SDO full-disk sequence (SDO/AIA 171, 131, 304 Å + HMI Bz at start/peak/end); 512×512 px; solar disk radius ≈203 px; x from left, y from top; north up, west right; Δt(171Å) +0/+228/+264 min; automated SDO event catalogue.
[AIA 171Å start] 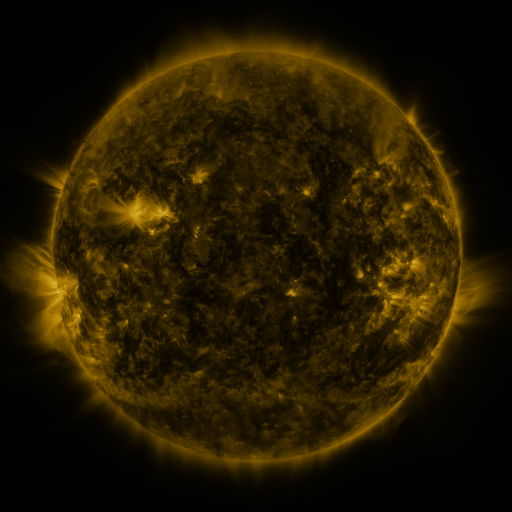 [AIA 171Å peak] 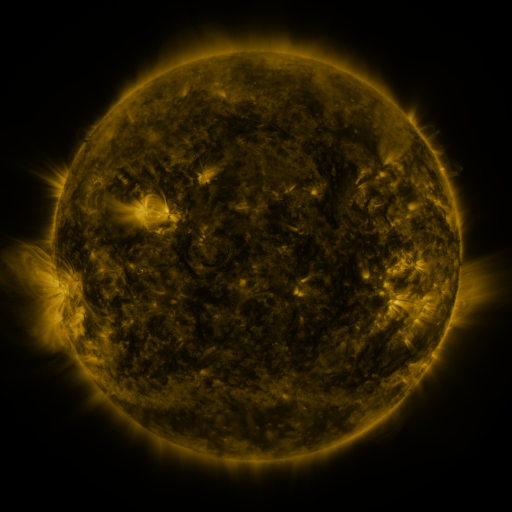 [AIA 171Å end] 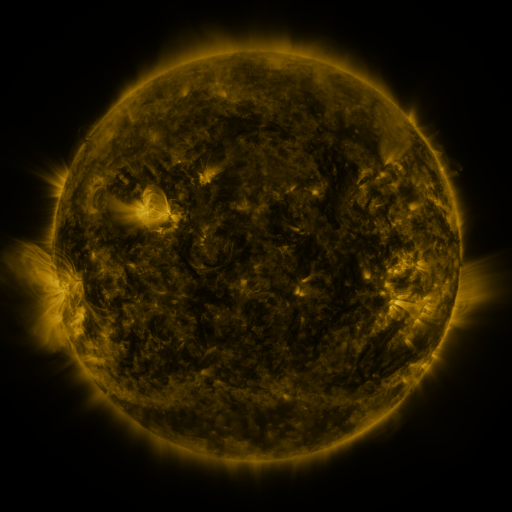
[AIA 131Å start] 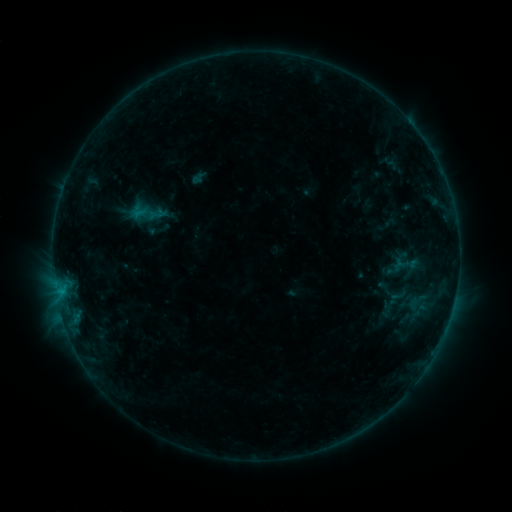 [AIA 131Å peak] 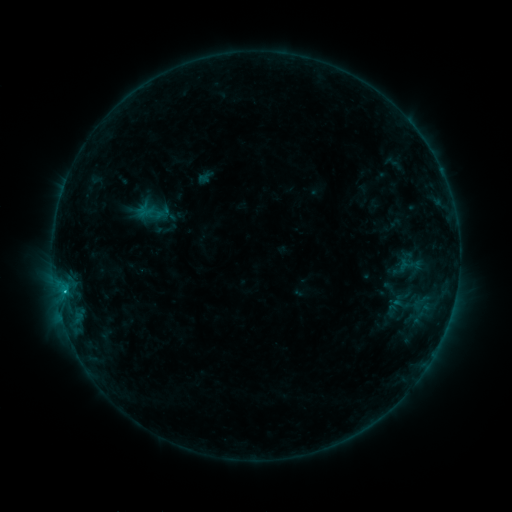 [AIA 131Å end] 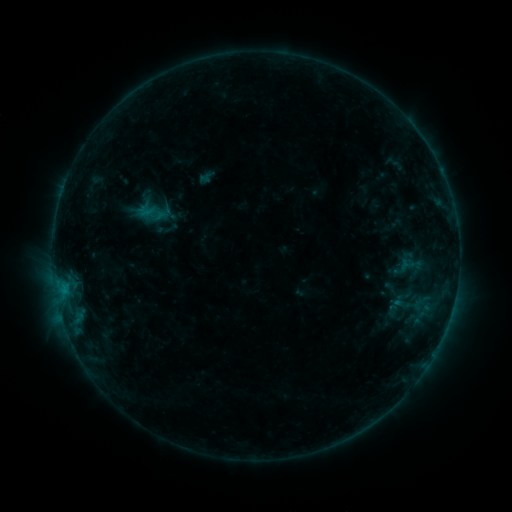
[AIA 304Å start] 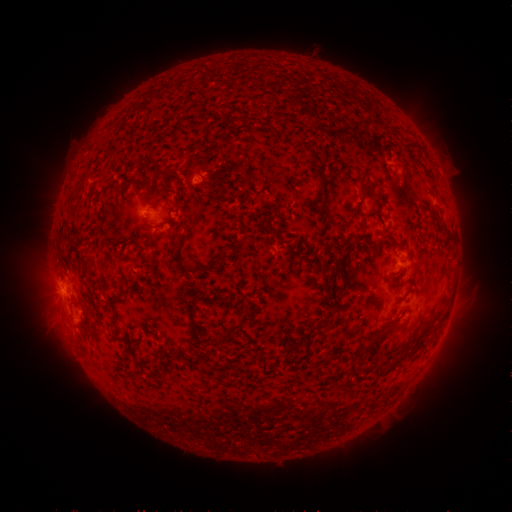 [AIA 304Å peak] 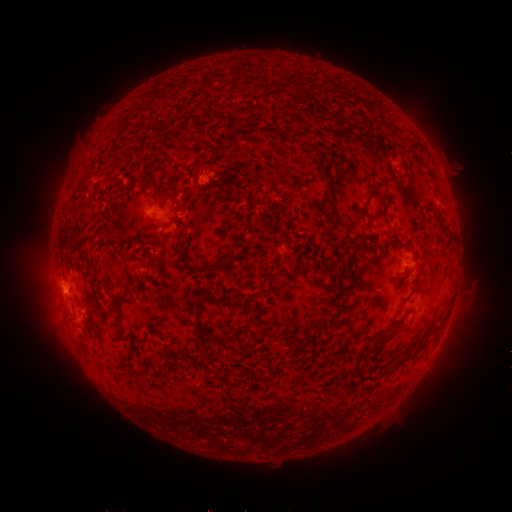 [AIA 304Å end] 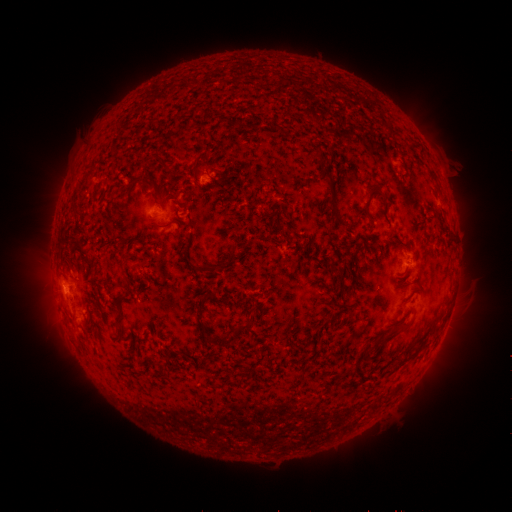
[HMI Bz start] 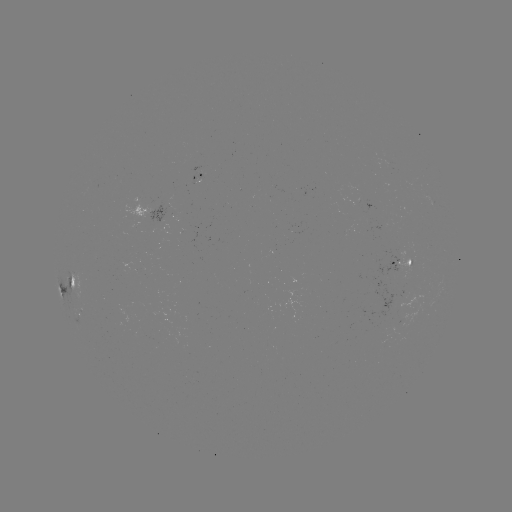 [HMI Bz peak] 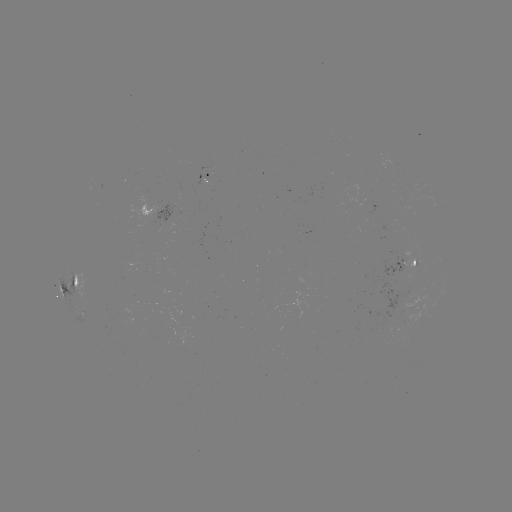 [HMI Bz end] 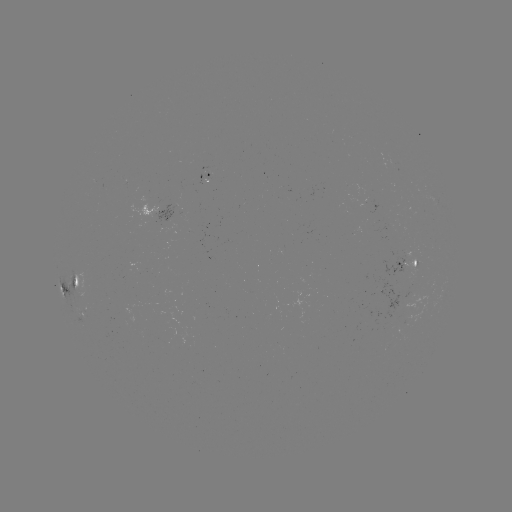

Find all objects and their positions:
emerging-flux region: (201, 176)
